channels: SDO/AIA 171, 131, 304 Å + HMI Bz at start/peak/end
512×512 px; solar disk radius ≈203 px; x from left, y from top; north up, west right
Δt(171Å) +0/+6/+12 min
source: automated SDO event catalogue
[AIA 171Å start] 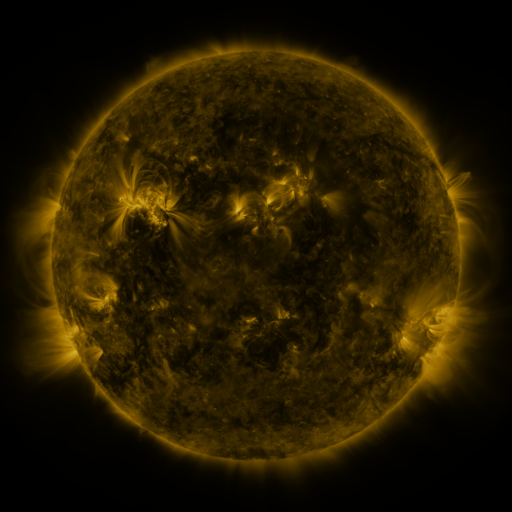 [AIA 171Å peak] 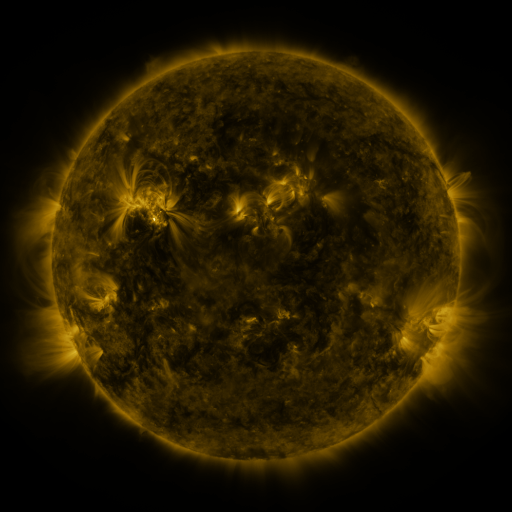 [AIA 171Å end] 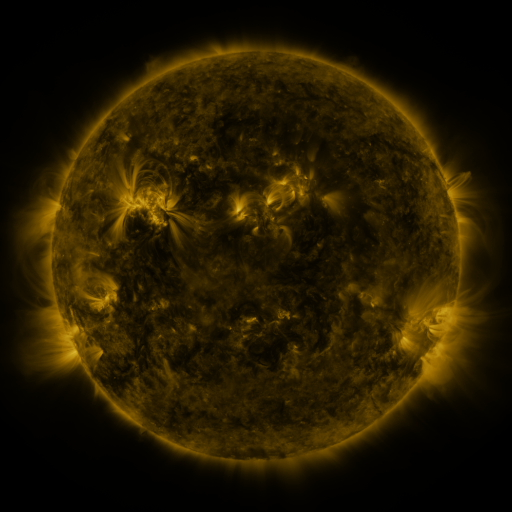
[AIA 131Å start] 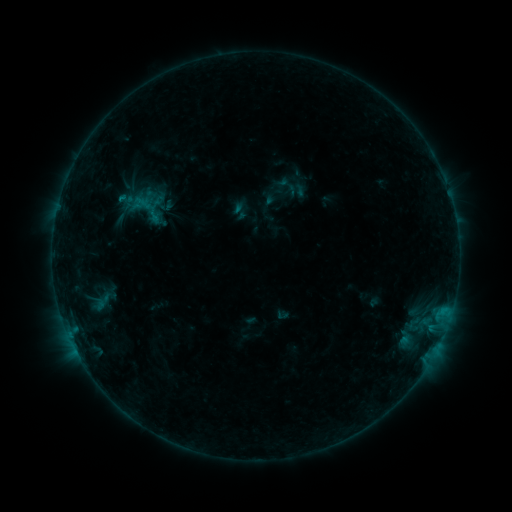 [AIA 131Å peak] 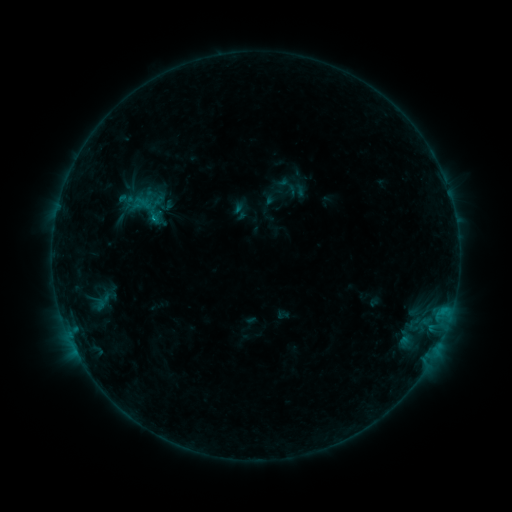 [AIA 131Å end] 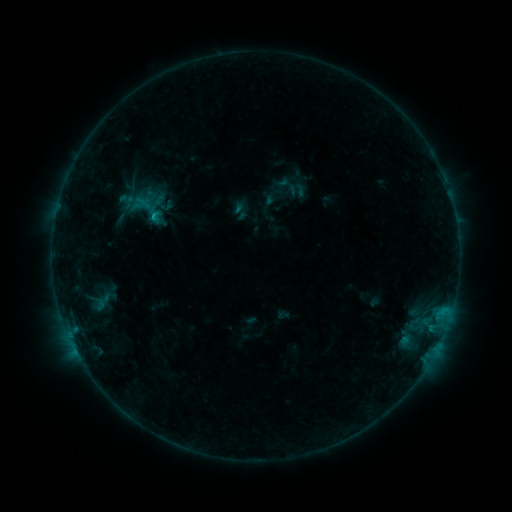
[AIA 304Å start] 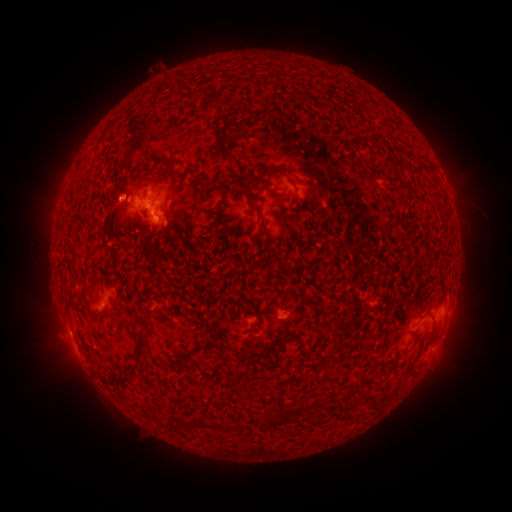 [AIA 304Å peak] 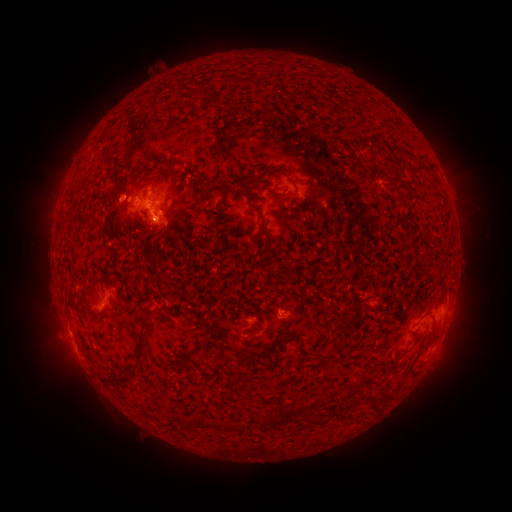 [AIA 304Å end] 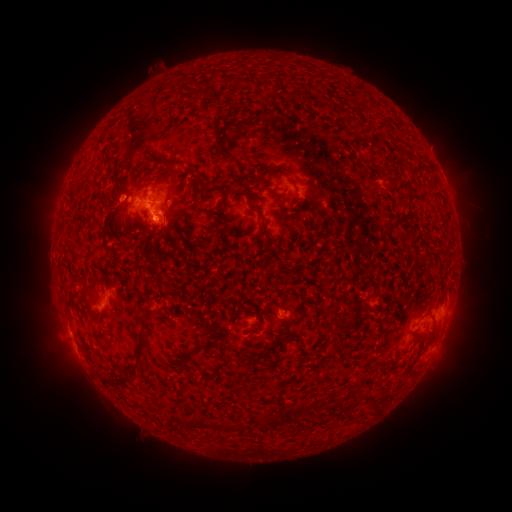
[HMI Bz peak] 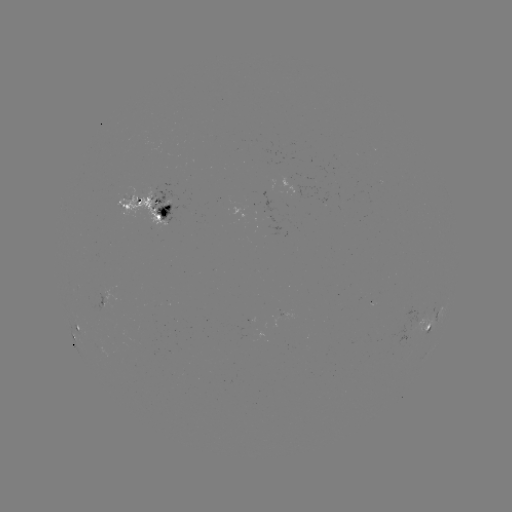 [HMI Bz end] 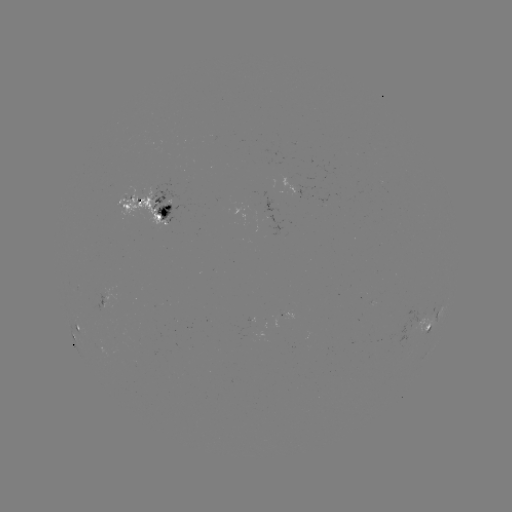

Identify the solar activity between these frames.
B7.4 flare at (154, 221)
